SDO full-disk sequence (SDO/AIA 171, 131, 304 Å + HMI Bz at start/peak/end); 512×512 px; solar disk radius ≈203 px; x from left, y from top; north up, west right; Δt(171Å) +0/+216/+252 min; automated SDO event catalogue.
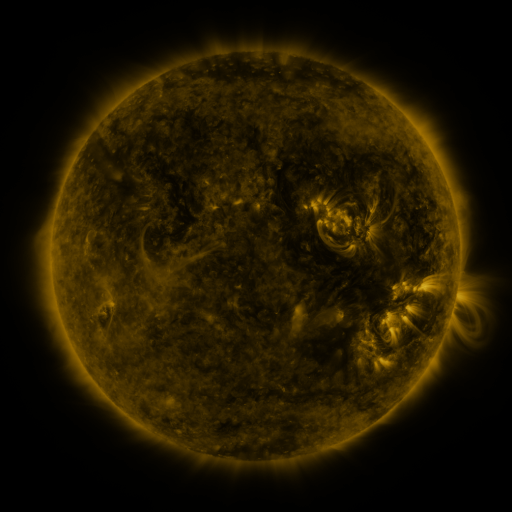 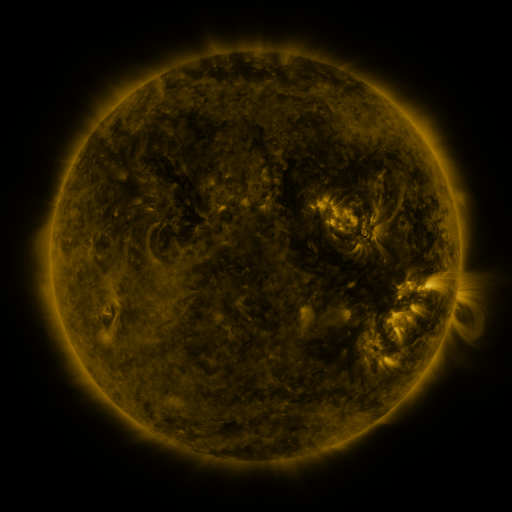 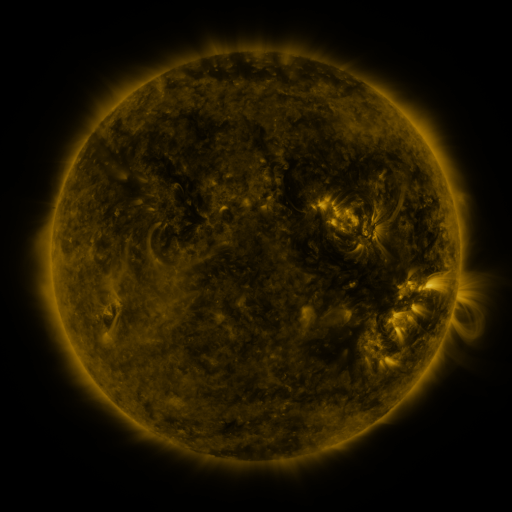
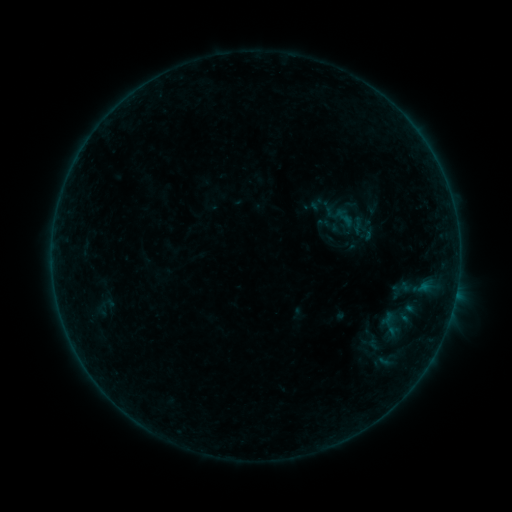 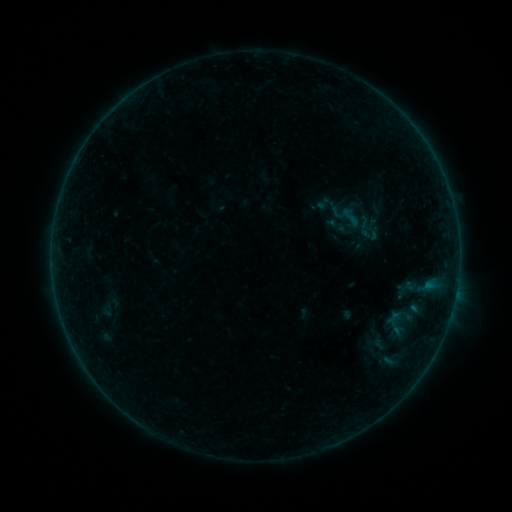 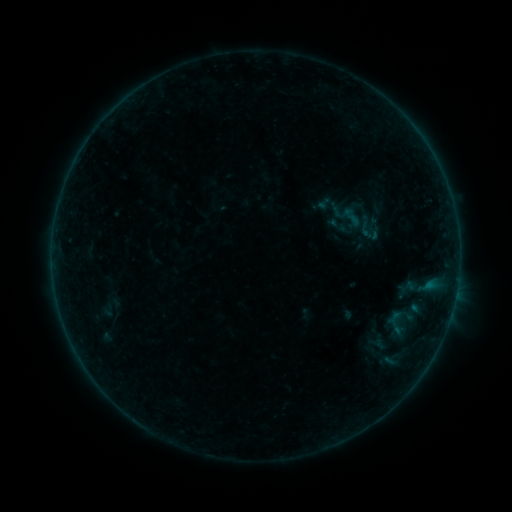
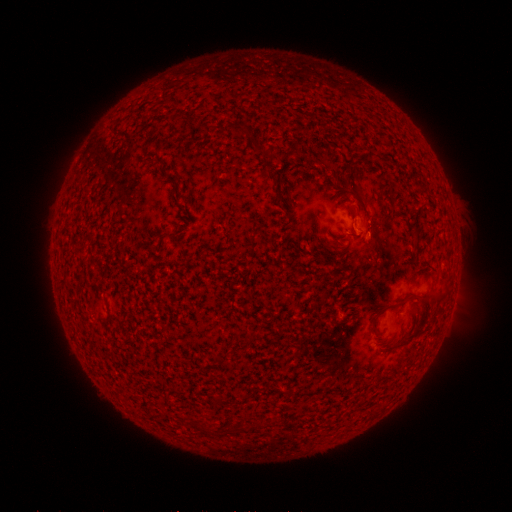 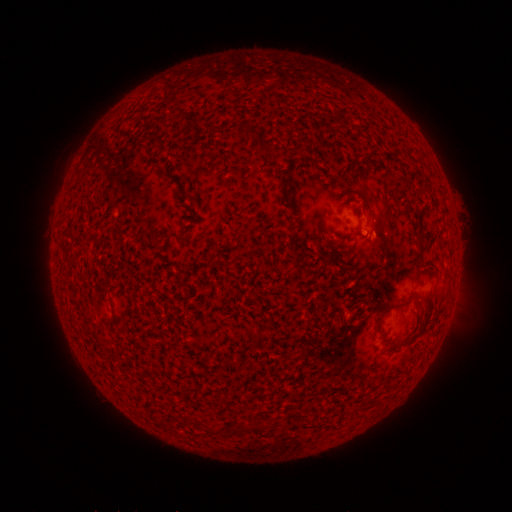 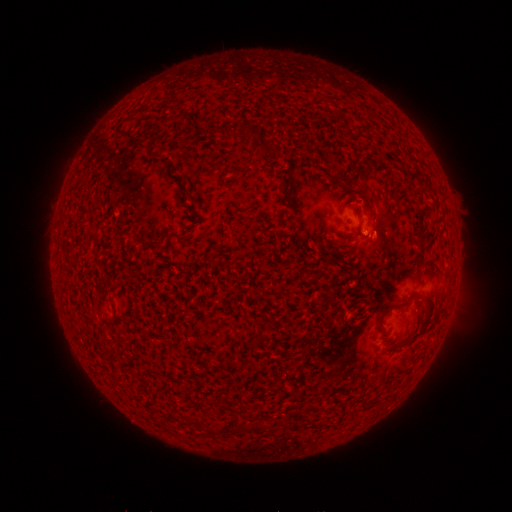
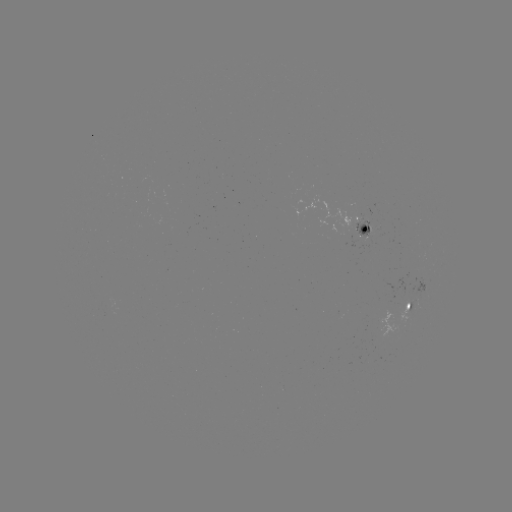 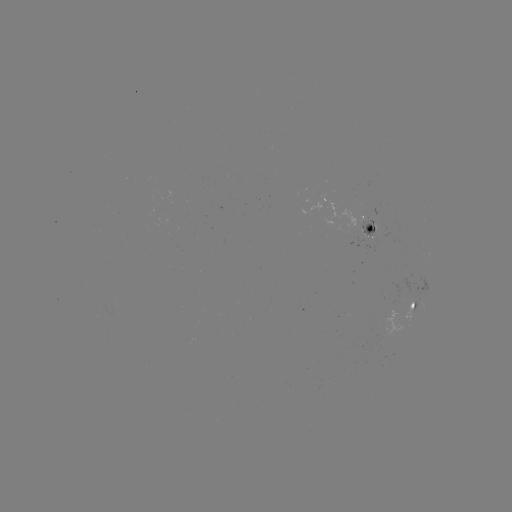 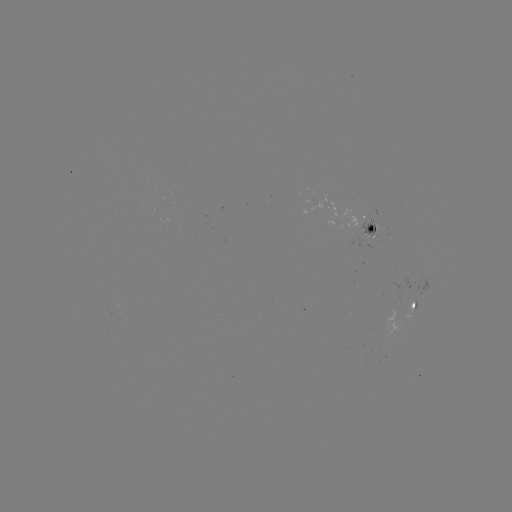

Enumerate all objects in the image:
emerging-flux region: (370, 235)
